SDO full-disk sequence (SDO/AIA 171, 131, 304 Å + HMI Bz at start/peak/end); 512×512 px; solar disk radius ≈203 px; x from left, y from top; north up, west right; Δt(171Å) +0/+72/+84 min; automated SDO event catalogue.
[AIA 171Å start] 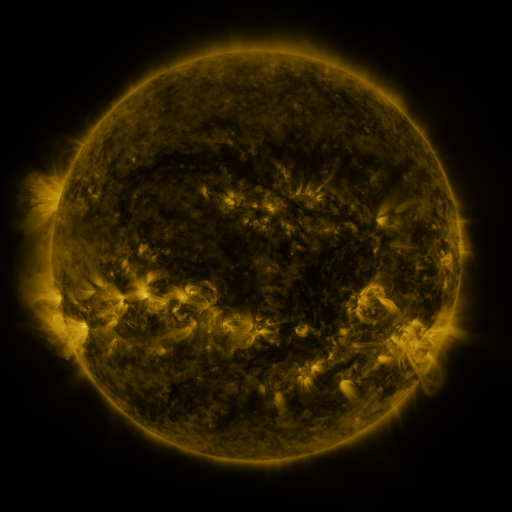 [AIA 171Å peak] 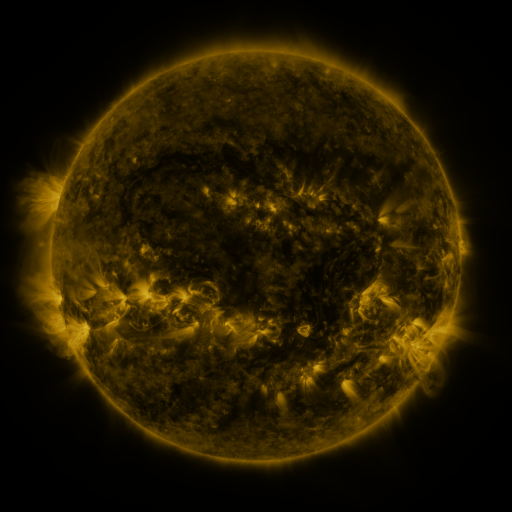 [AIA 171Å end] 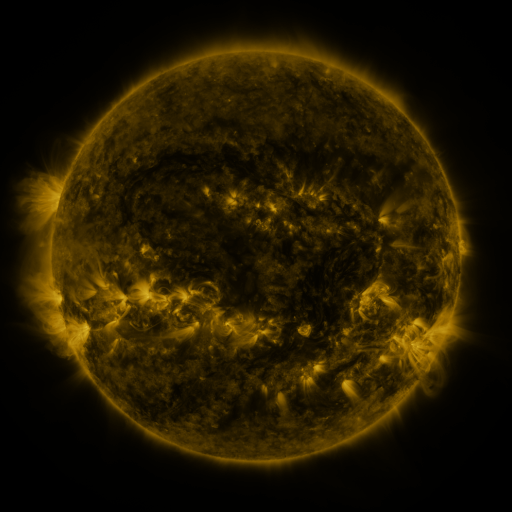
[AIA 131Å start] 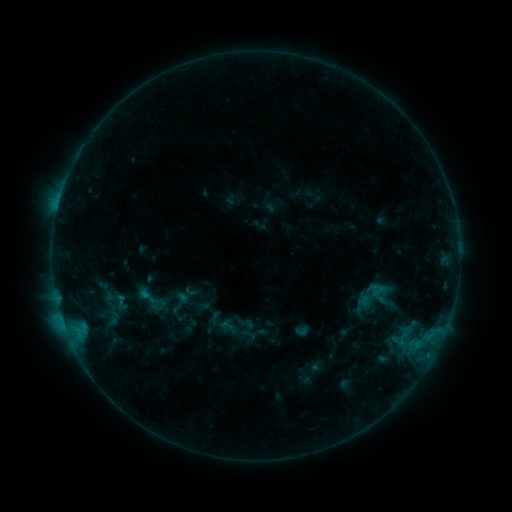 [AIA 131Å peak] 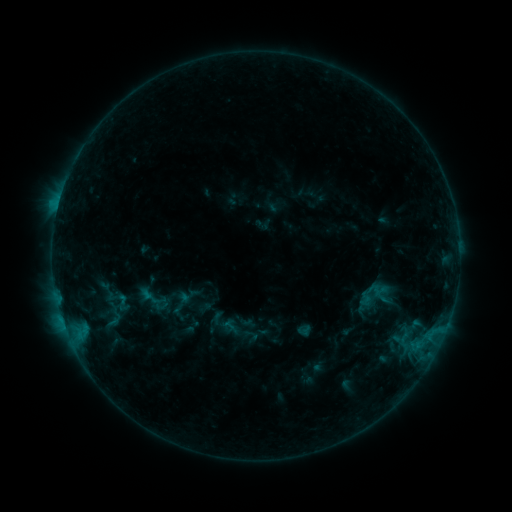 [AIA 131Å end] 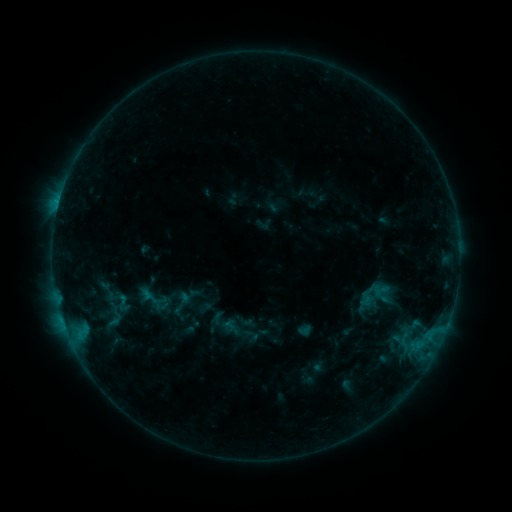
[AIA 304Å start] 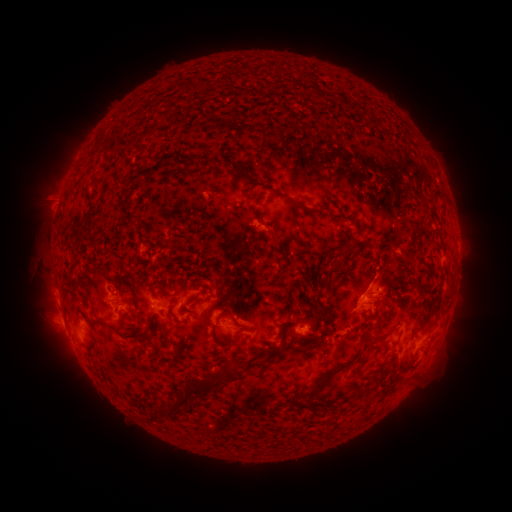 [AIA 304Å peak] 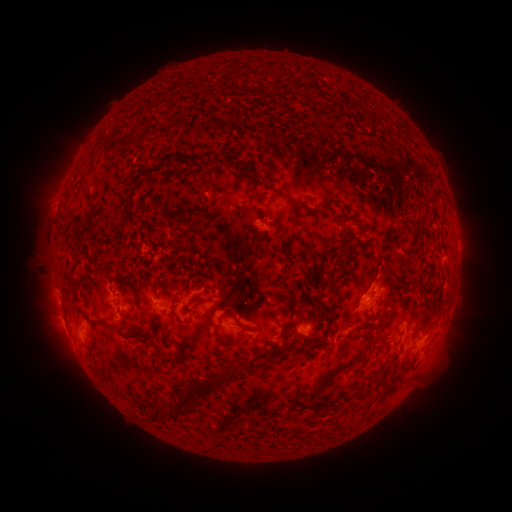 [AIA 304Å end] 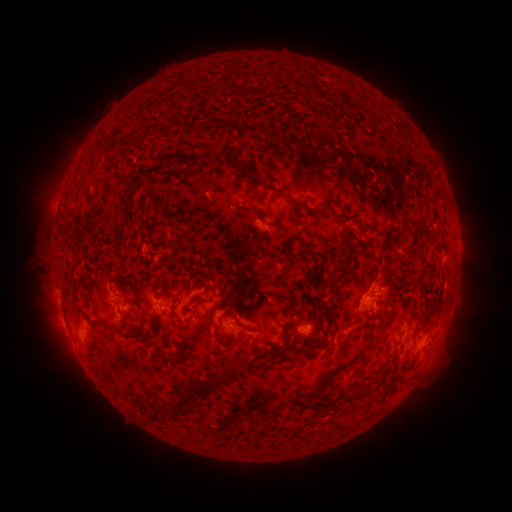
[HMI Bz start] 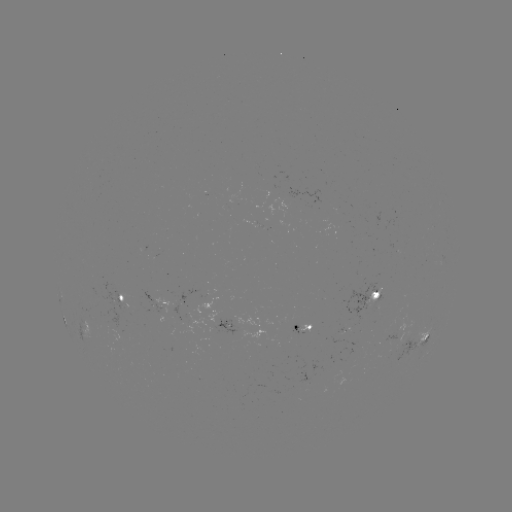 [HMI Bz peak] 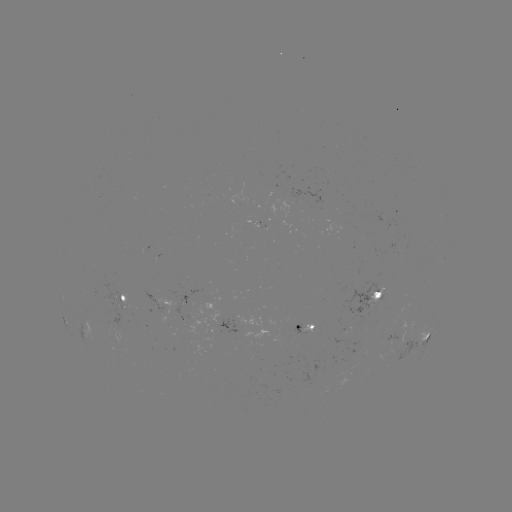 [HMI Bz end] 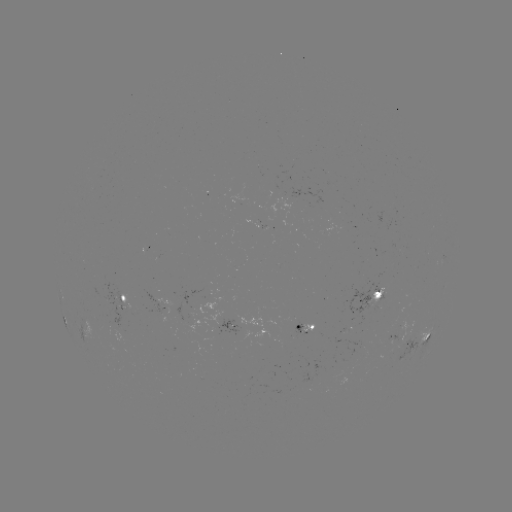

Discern emerging-flux region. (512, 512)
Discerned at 307,329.